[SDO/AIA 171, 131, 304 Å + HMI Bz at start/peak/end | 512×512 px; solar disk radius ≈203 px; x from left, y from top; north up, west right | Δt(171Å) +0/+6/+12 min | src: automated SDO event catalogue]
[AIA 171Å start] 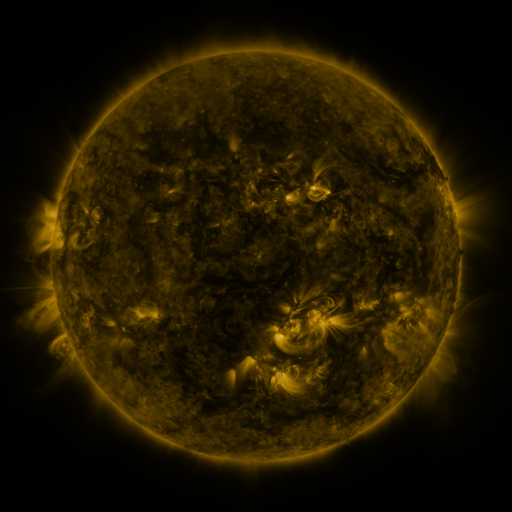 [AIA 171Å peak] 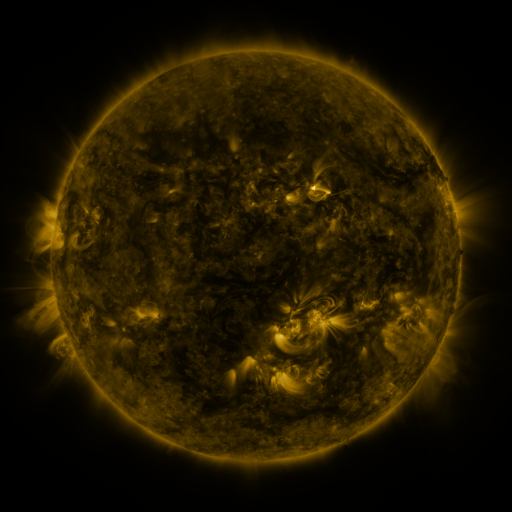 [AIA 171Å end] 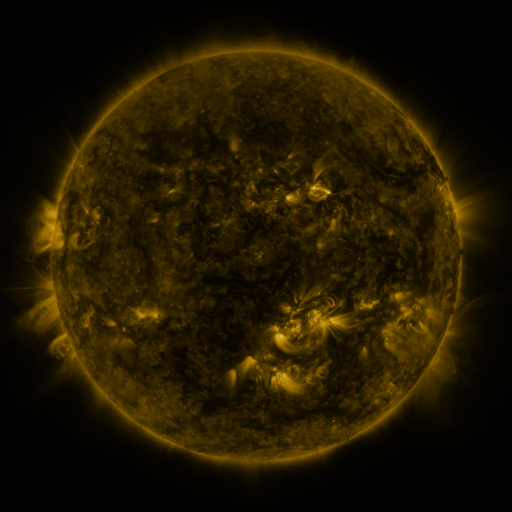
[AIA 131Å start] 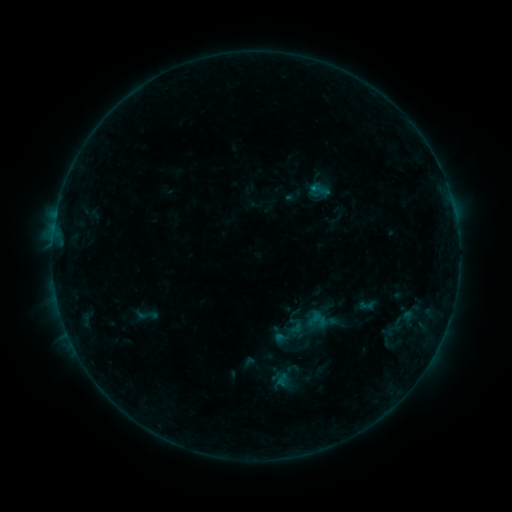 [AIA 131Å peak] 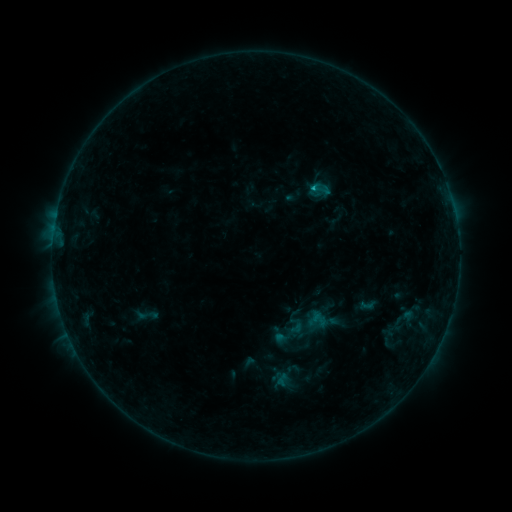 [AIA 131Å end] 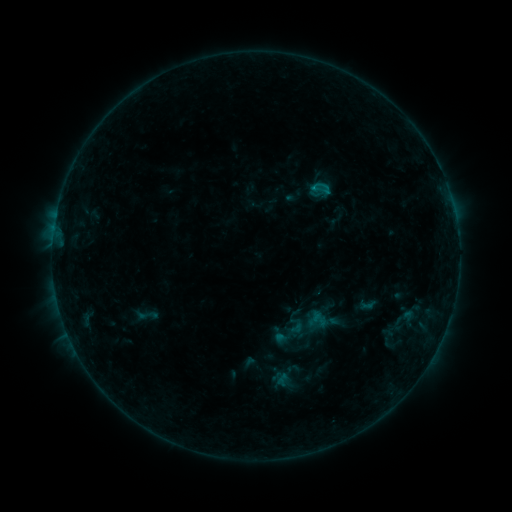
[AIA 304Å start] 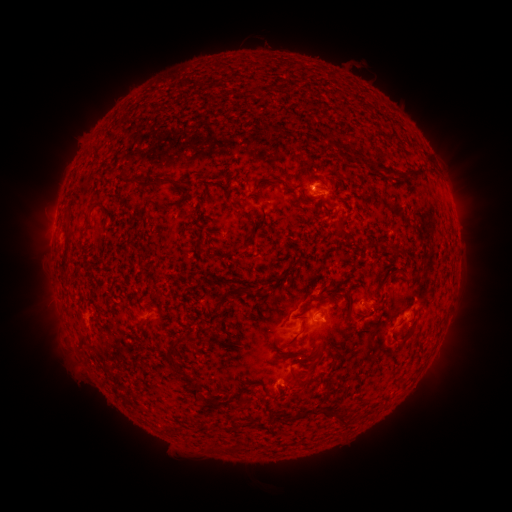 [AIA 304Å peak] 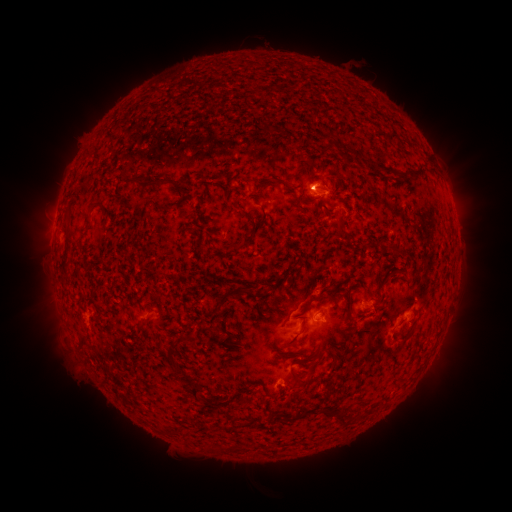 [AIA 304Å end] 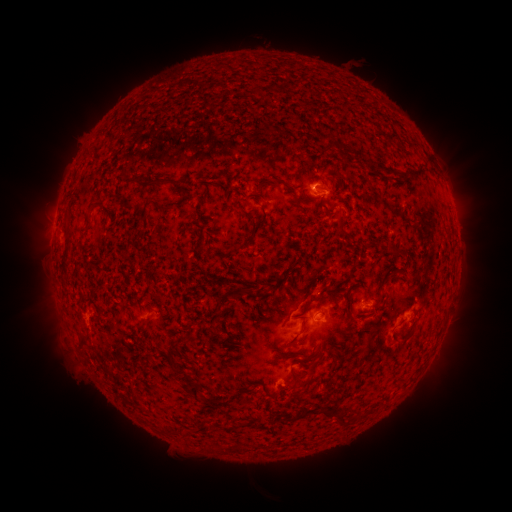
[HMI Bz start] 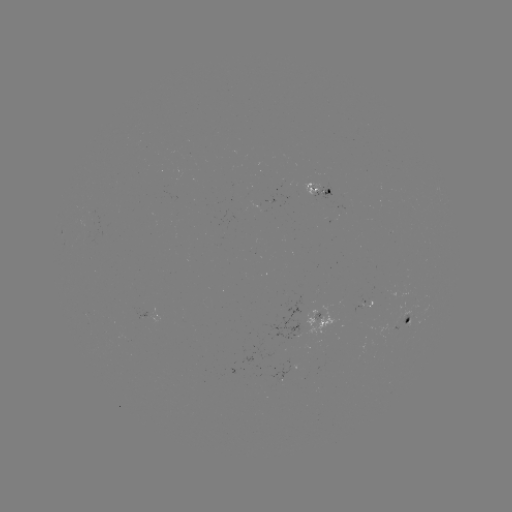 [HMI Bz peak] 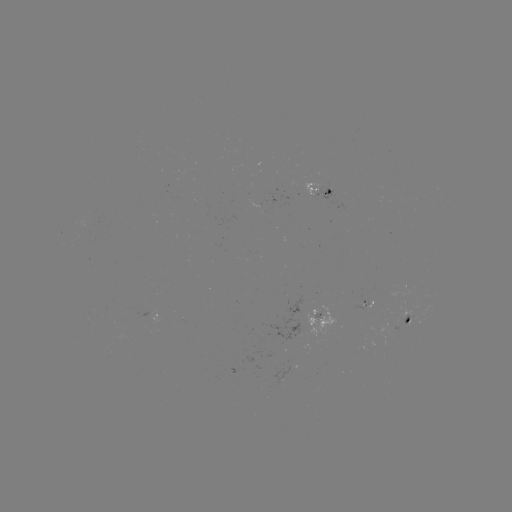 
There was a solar flare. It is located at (311, 188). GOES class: B6.2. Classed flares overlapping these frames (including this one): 1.